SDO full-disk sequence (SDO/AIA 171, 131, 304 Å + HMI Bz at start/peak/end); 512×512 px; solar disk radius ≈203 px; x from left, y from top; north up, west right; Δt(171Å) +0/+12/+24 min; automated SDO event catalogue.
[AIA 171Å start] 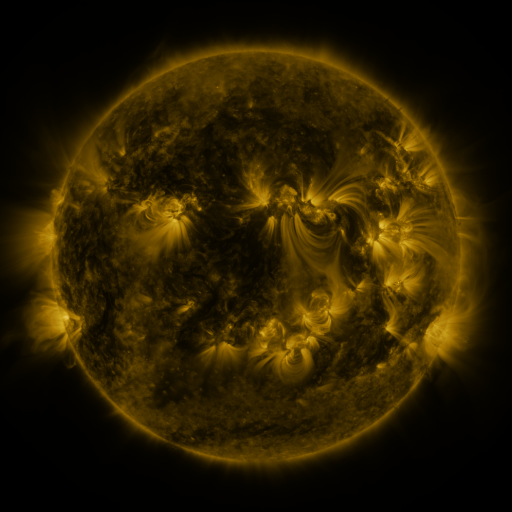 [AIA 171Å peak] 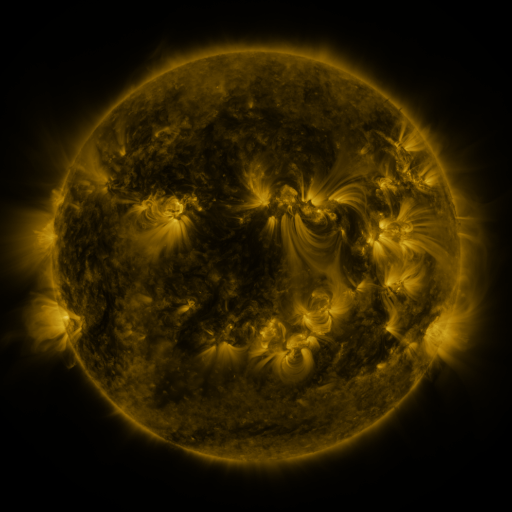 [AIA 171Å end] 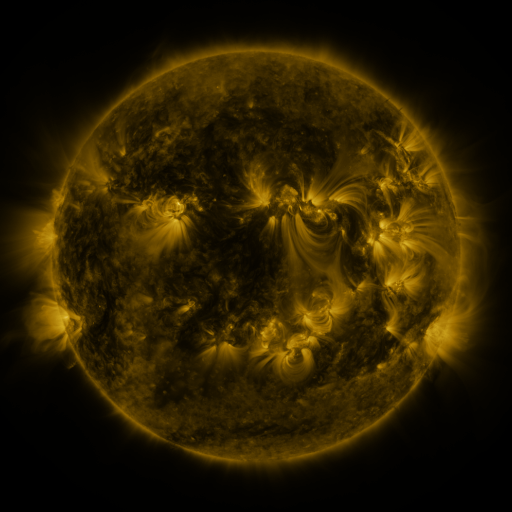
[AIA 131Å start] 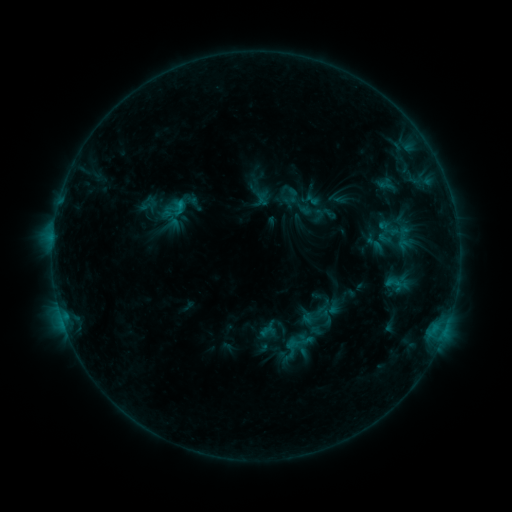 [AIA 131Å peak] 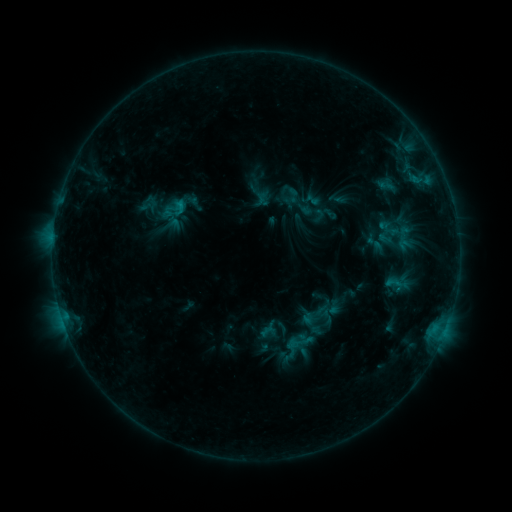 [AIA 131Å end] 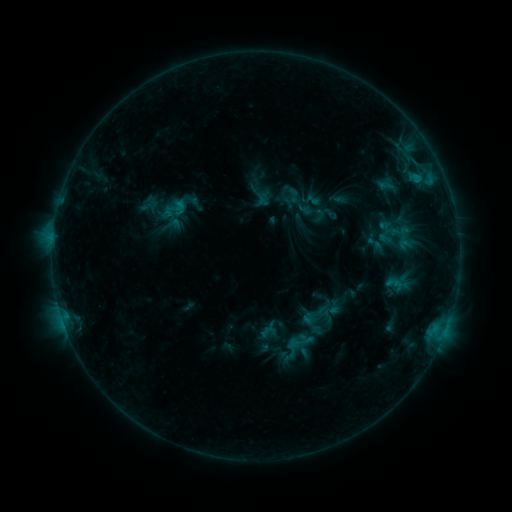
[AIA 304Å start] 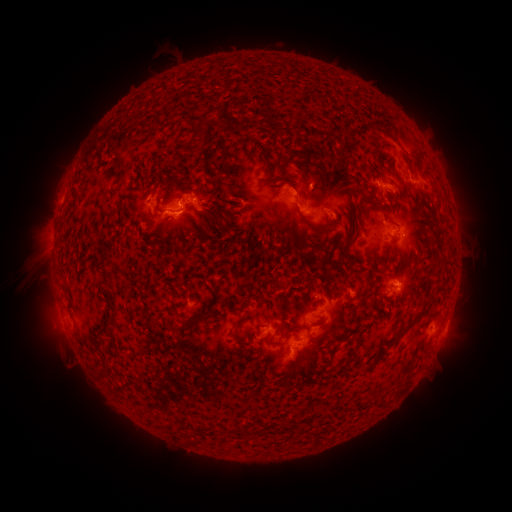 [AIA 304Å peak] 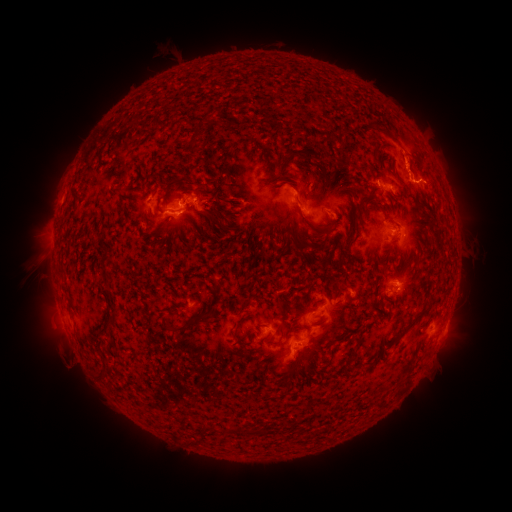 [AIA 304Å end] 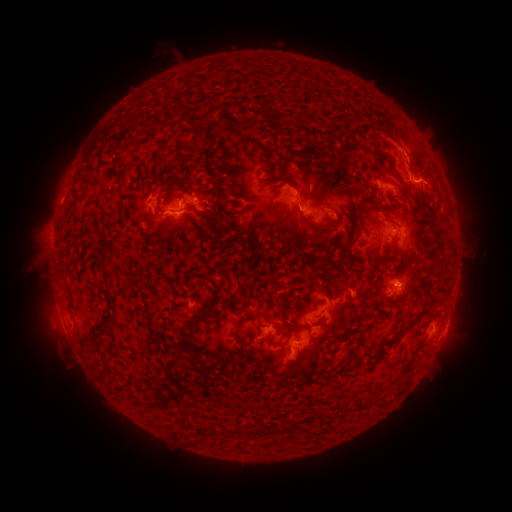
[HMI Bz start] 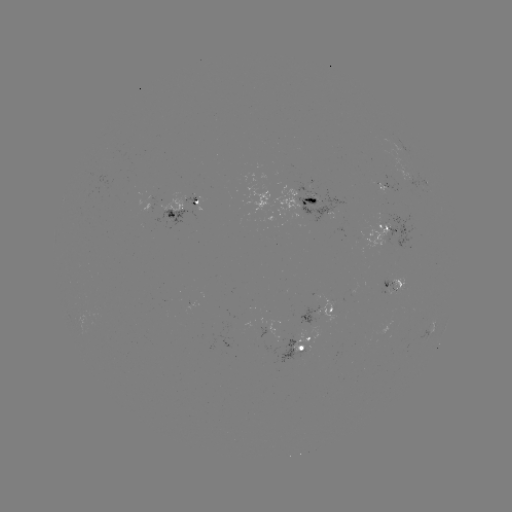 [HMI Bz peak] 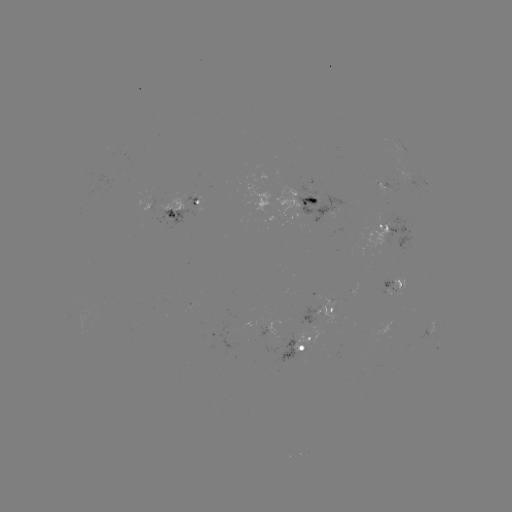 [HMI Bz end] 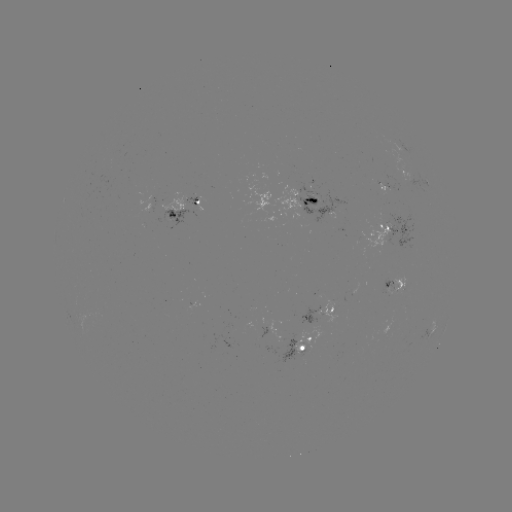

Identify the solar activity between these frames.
eruption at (412, 156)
